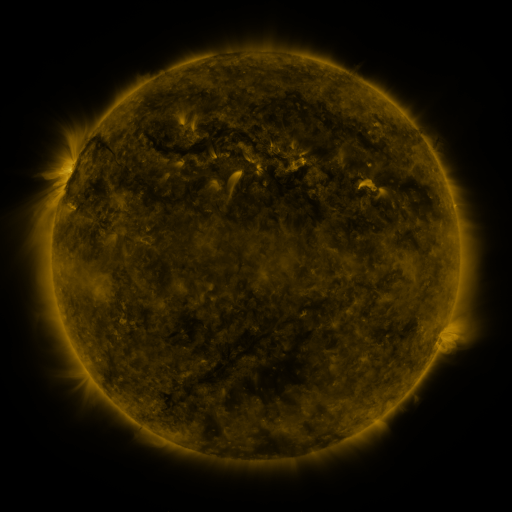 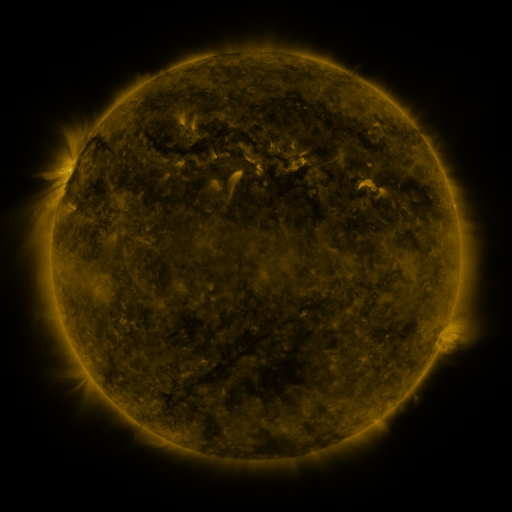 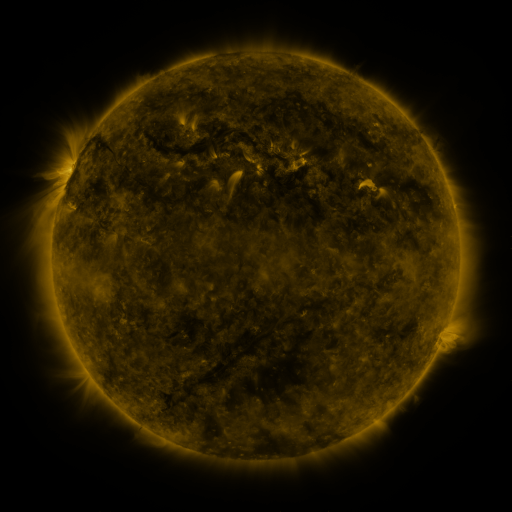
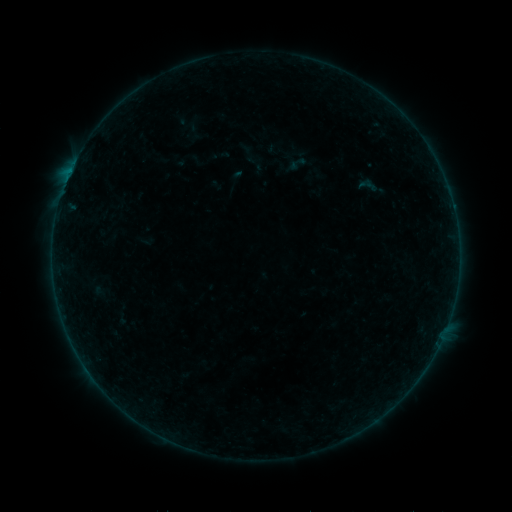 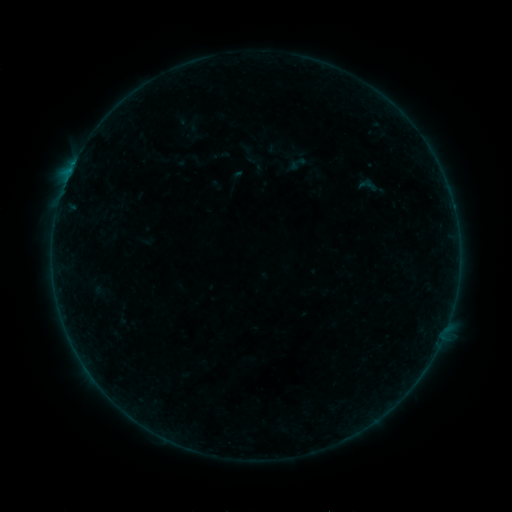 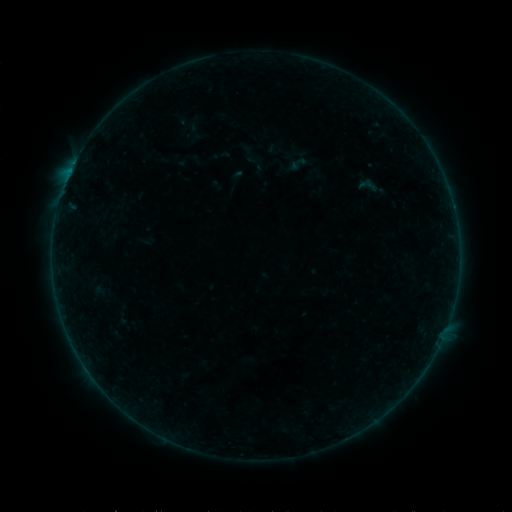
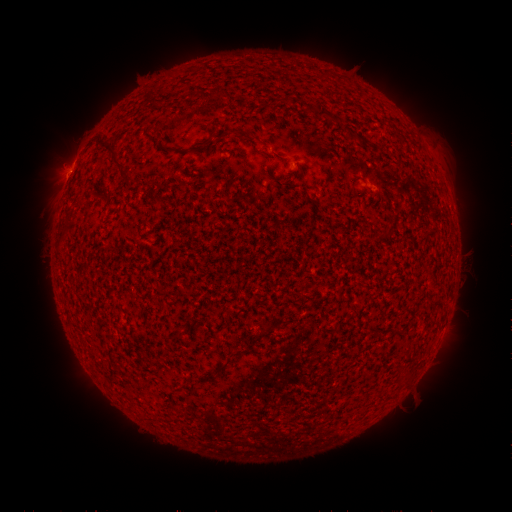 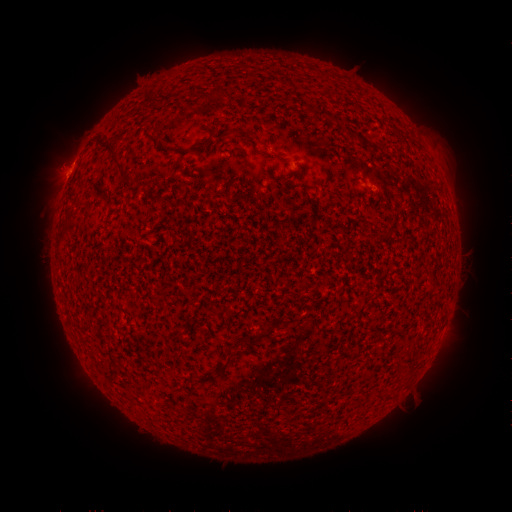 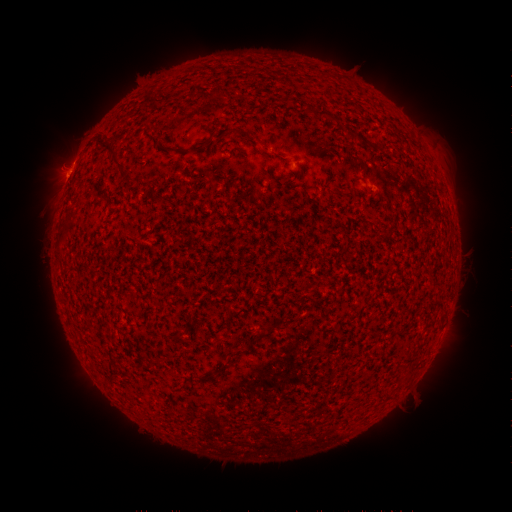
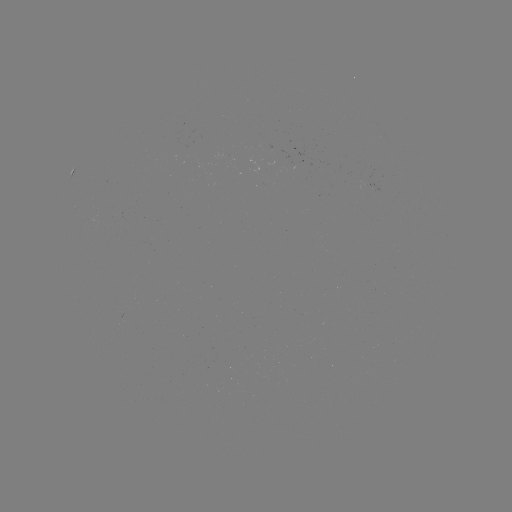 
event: flare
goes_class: B2.2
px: (70, 172)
